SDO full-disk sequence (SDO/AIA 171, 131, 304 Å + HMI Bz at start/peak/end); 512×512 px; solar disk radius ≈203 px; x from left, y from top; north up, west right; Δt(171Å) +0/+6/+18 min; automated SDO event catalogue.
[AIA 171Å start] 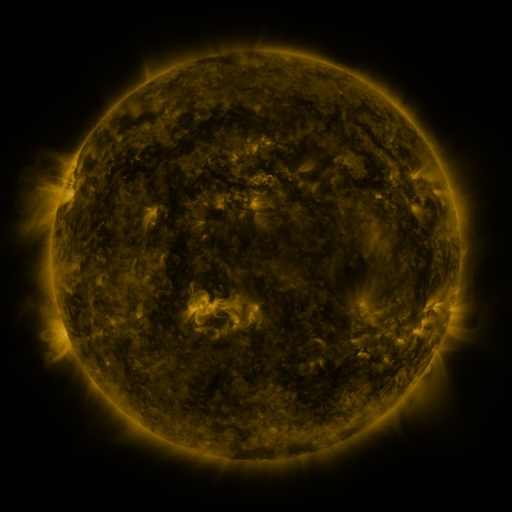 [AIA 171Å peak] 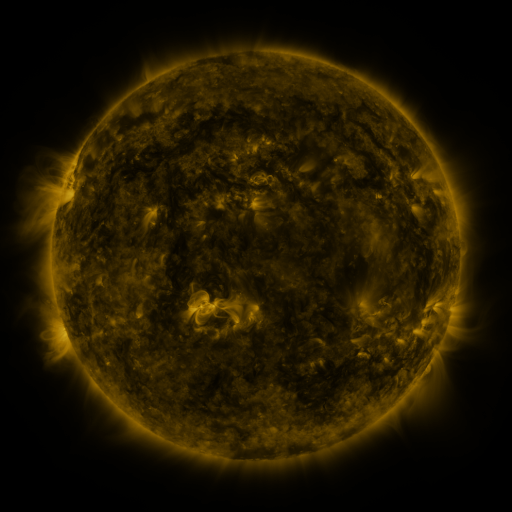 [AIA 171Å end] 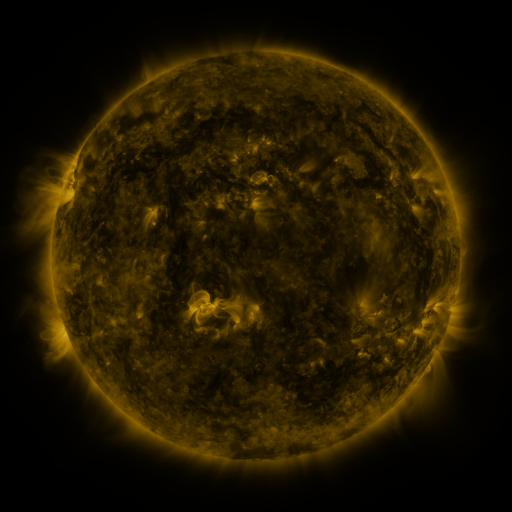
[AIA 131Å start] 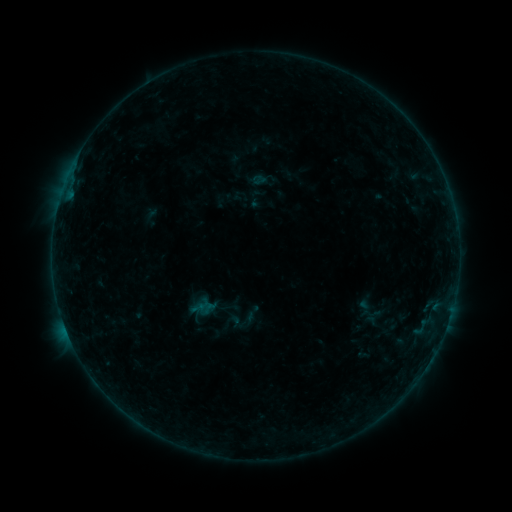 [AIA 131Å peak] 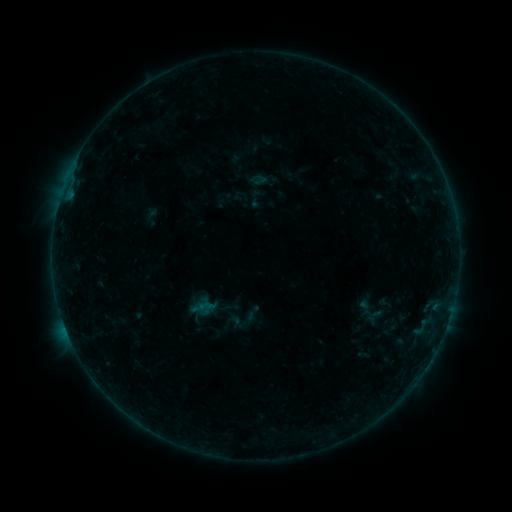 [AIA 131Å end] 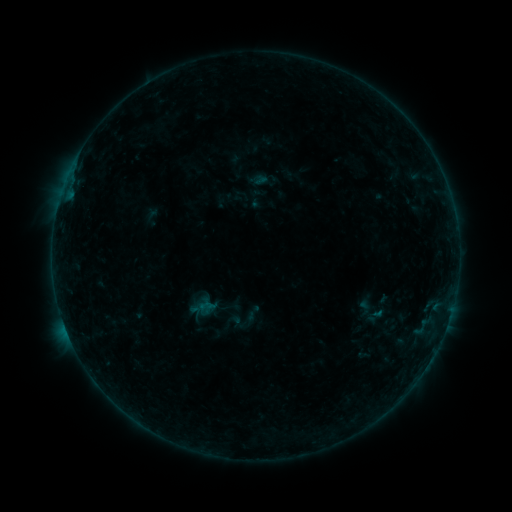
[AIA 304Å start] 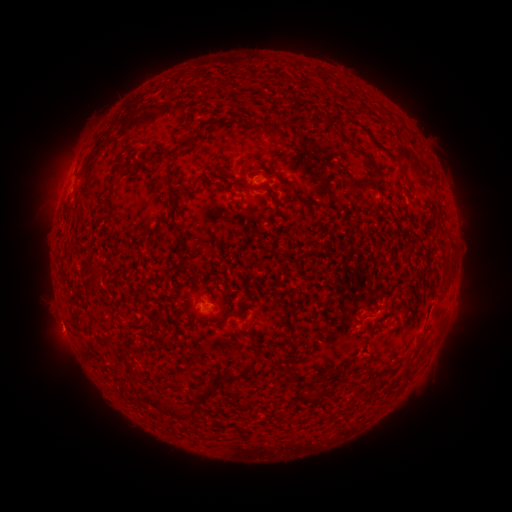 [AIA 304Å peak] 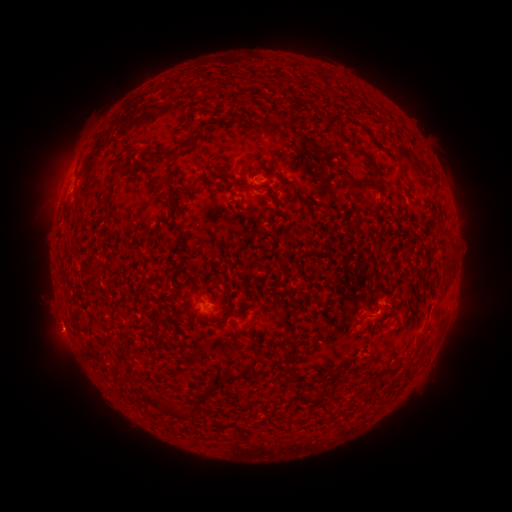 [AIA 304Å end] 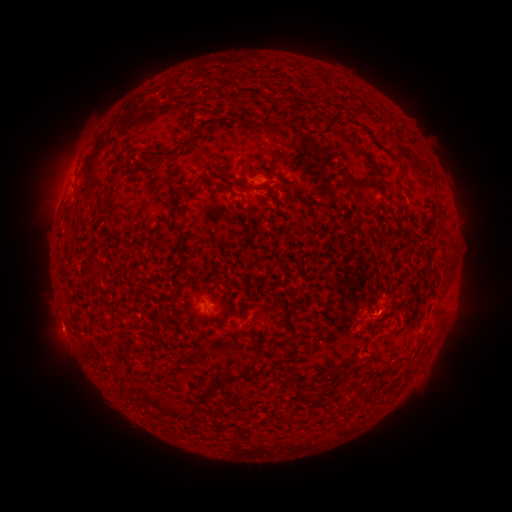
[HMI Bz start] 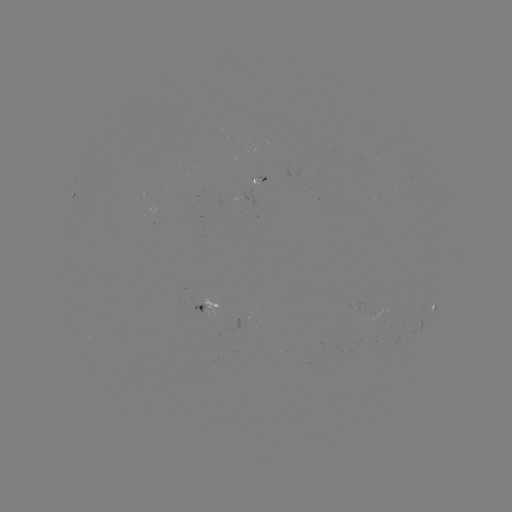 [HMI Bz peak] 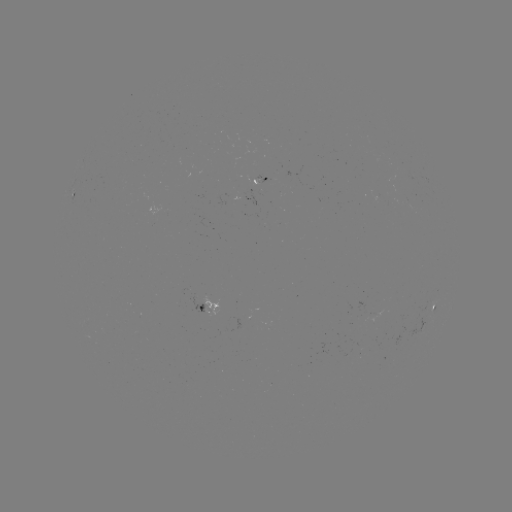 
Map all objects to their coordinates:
eruption: (386, 297)
